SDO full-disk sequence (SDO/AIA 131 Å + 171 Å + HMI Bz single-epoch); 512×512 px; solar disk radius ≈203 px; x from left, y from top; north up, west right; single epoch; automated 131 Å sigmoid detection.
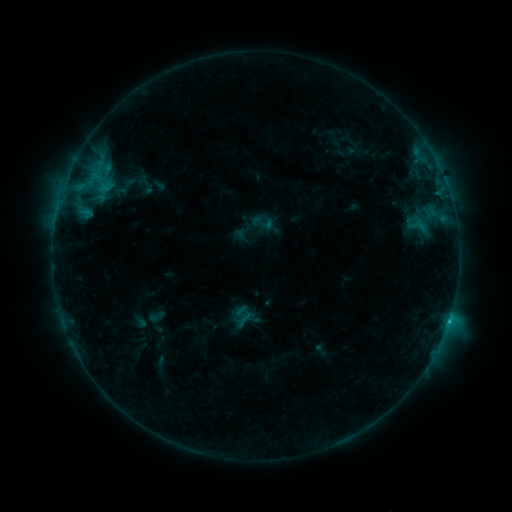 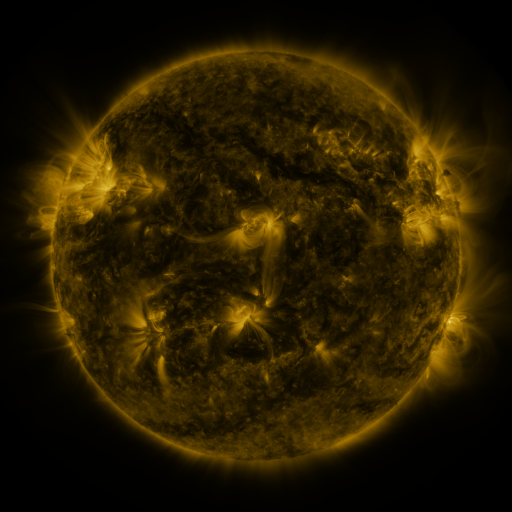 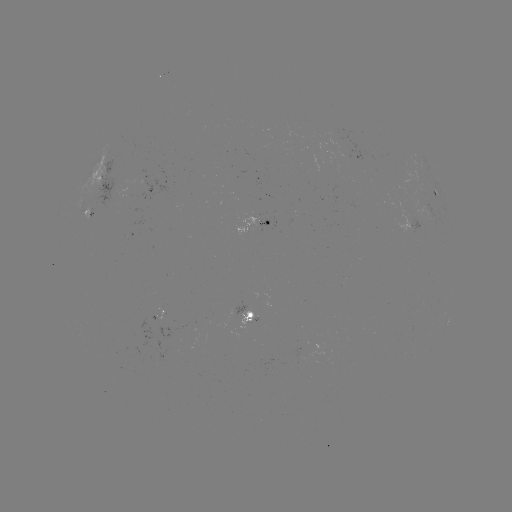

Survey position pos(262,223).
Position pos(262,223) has sigmoid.